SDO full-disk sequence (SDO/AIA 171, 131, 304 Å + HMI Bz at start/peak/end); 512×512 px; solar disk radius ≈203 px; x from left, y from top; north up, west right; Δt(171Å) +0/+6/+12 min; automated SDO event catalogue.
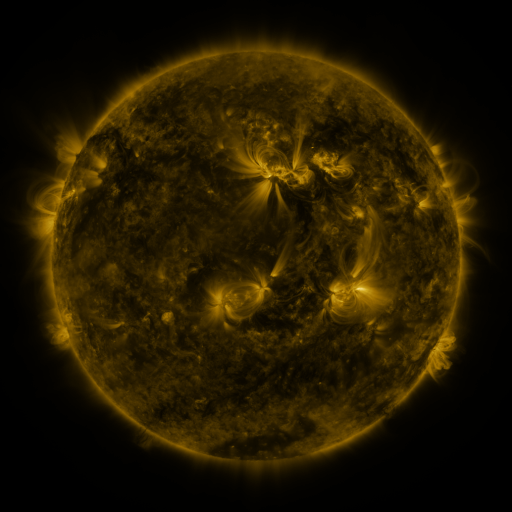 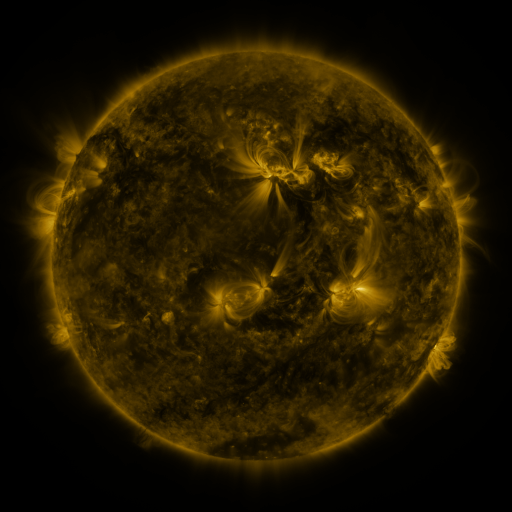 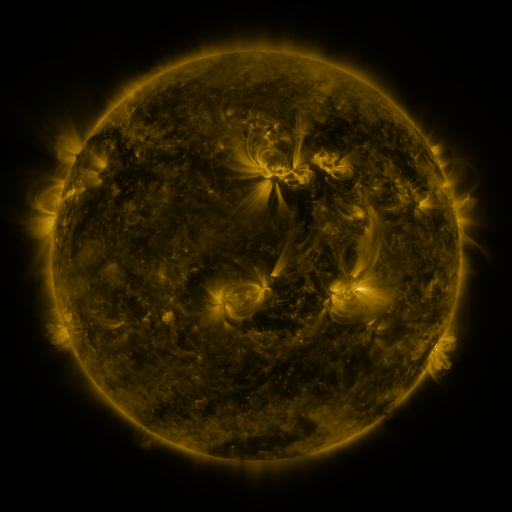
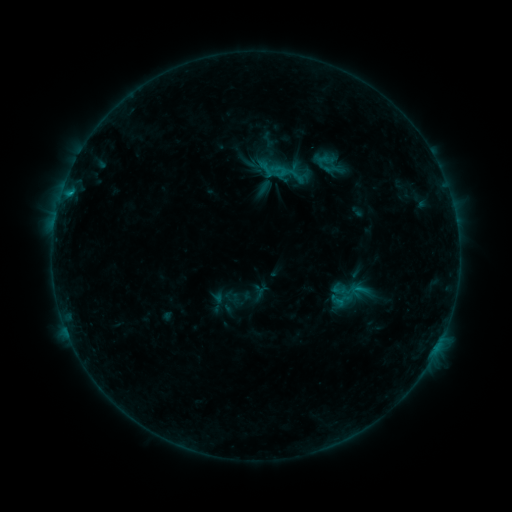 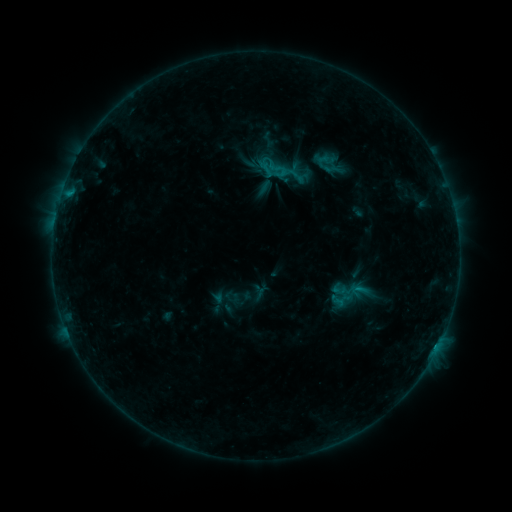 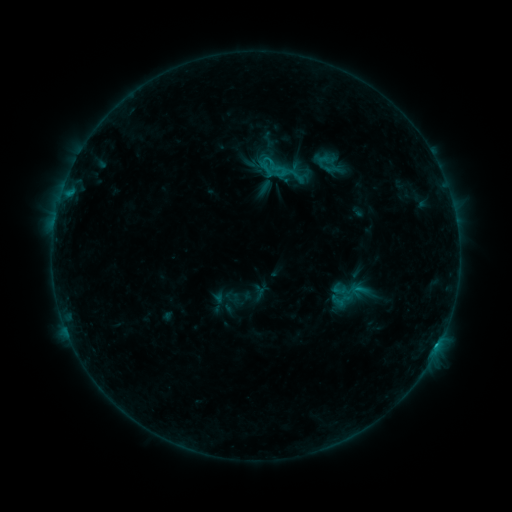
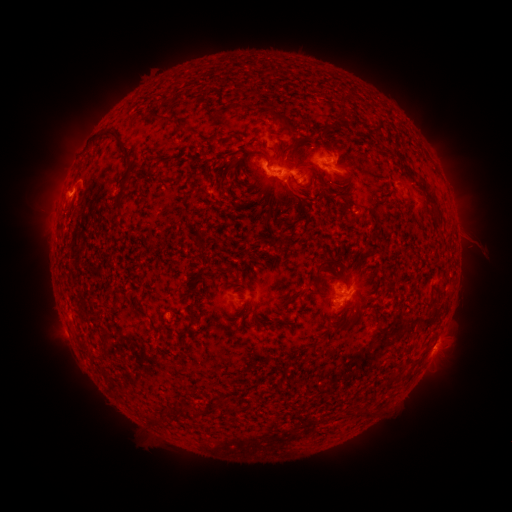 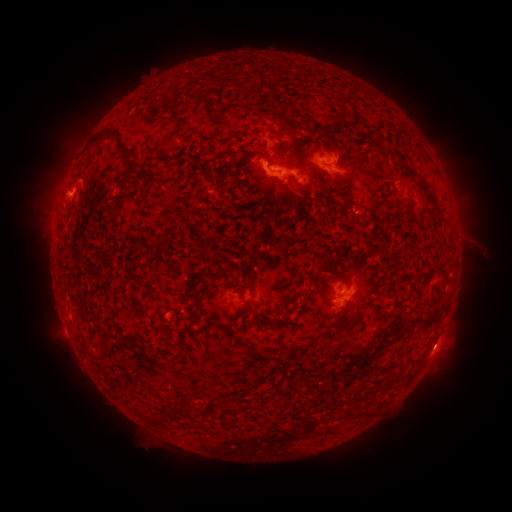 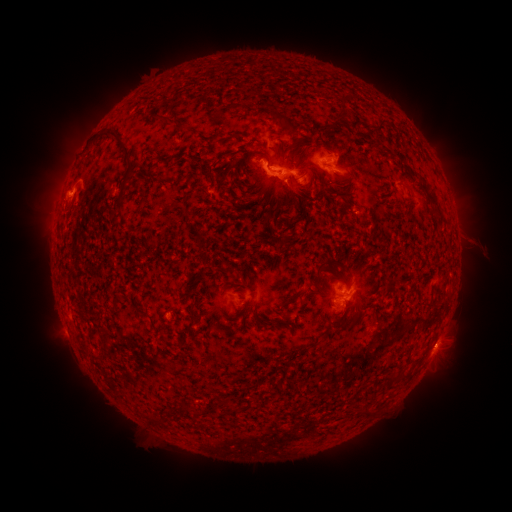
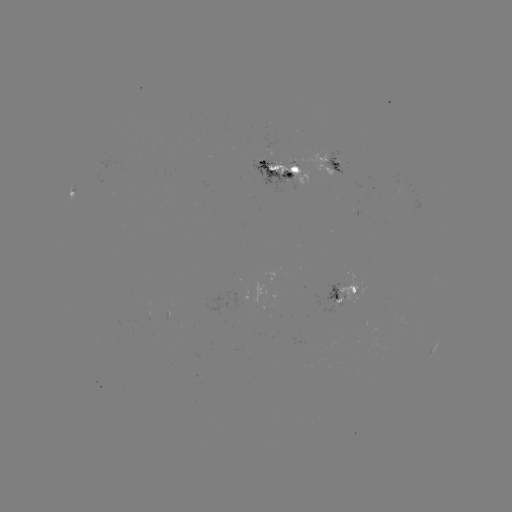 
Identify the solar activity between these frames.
C1.8 flare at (269, 162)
